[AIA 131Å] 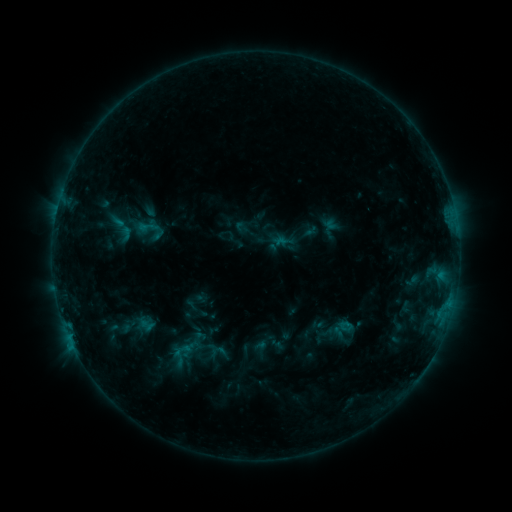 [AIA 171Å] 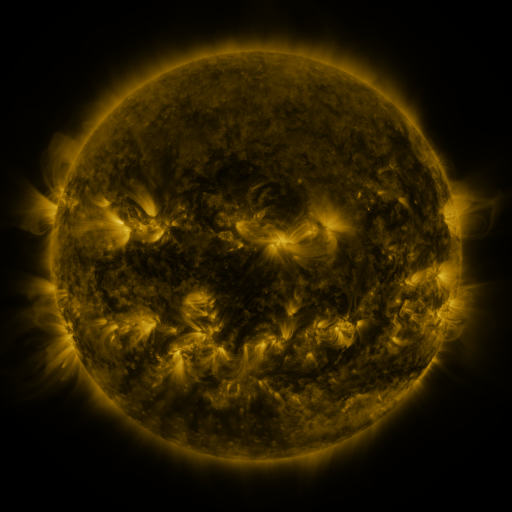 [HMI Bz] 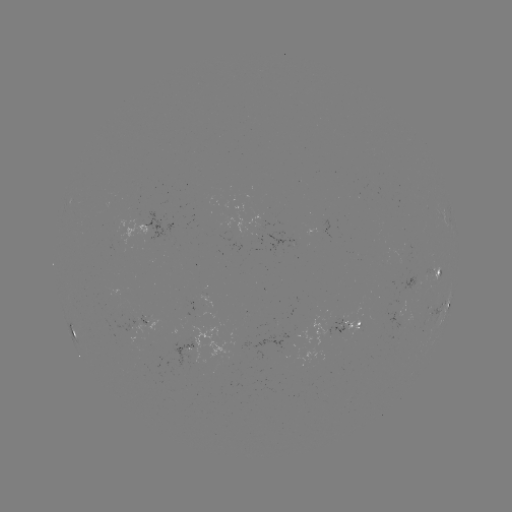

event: sigmoid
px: (146, 226)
